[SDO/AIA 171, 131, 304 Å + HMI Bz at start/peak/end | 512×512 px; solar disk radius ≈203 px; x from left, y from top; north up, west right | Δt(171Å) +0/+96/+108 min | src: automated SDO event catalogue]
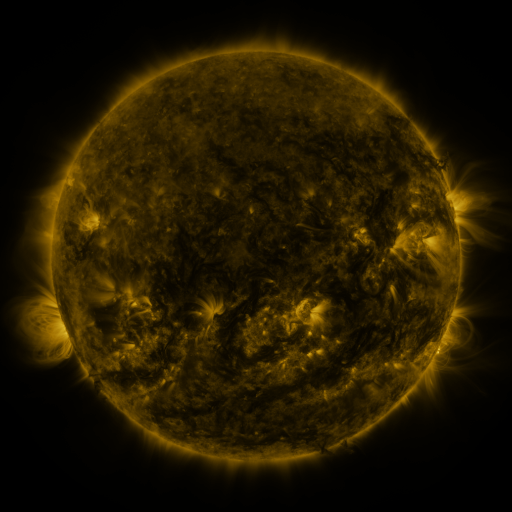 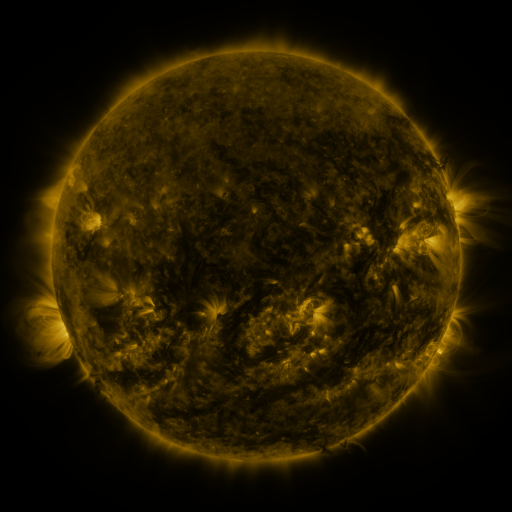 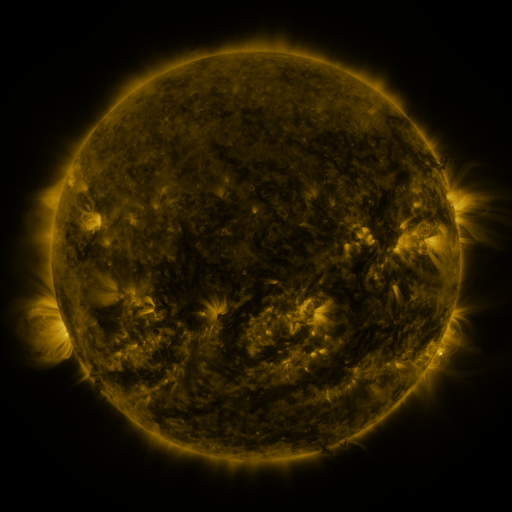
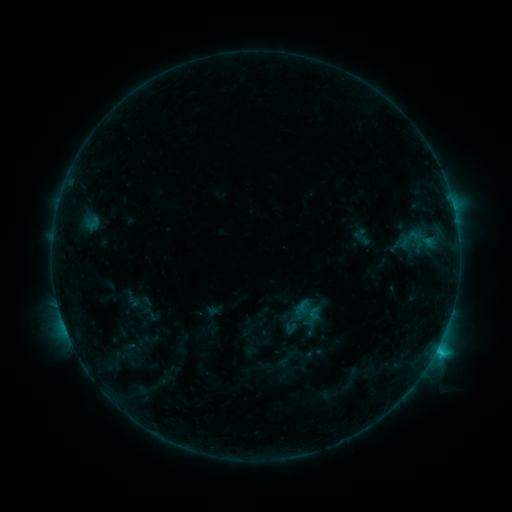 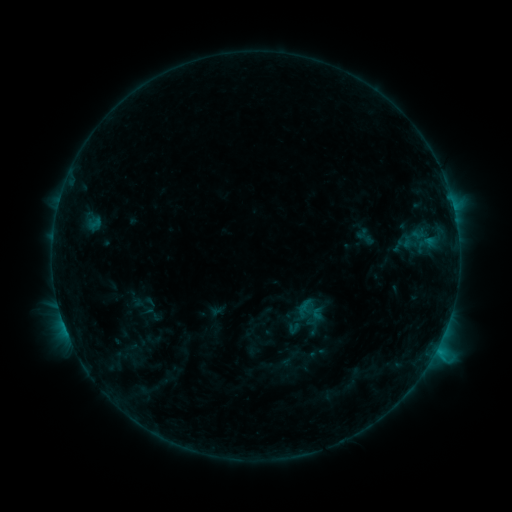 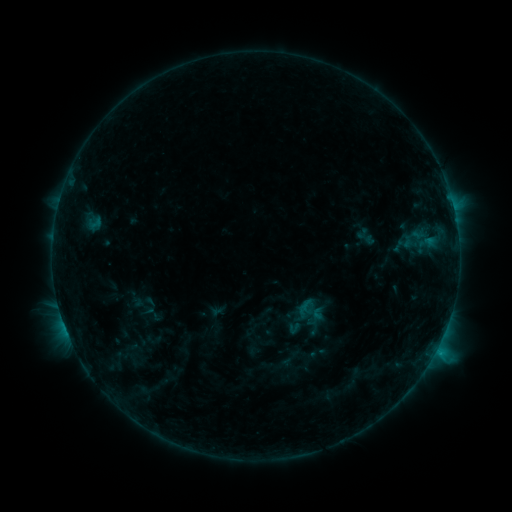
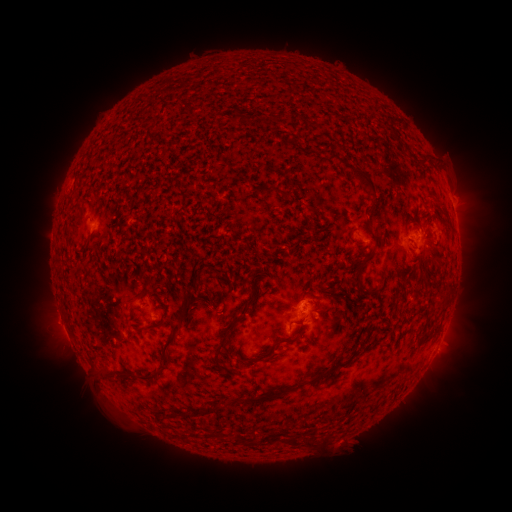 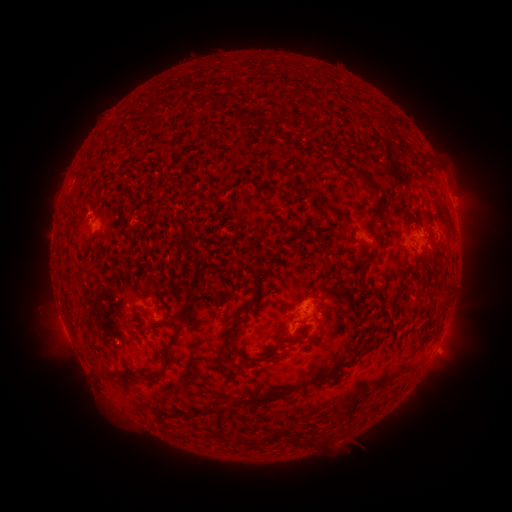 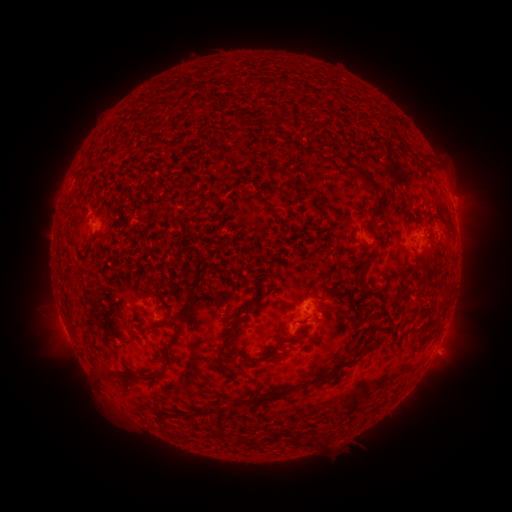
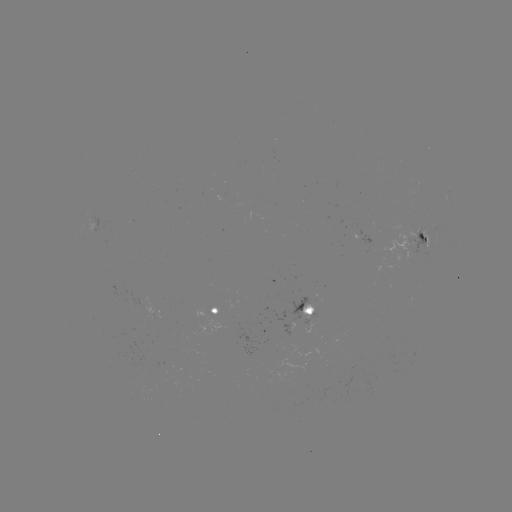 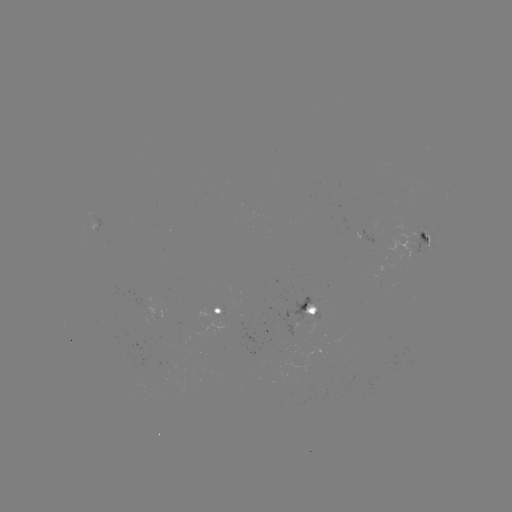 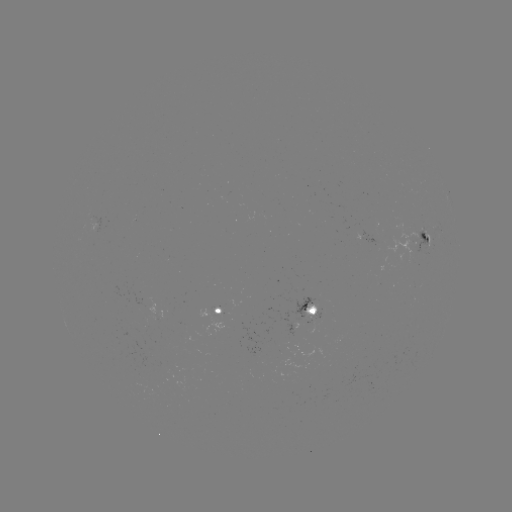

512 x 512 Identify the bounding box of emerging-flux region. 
[289, 297, 314, 321].